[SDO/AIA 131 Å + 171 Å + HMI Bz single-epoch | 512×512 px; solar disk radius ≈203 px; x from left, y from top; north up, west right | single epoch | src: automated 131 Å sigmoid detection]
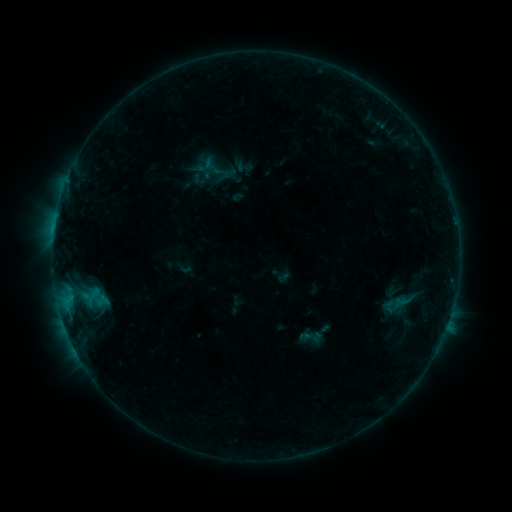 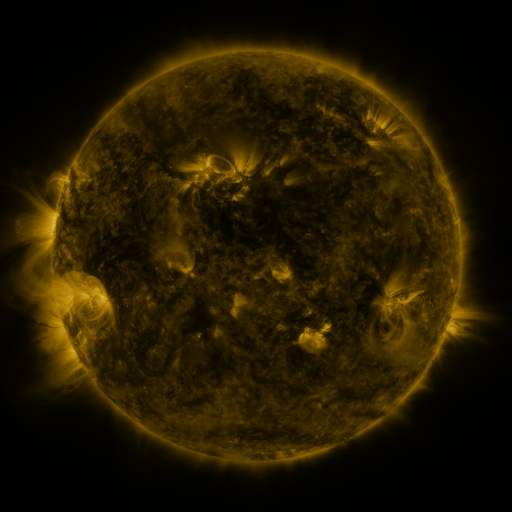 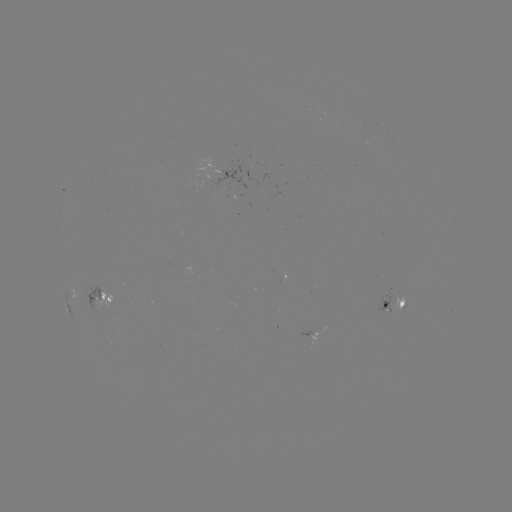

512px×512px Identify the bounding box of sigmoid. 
[200, 155, 222, 178].